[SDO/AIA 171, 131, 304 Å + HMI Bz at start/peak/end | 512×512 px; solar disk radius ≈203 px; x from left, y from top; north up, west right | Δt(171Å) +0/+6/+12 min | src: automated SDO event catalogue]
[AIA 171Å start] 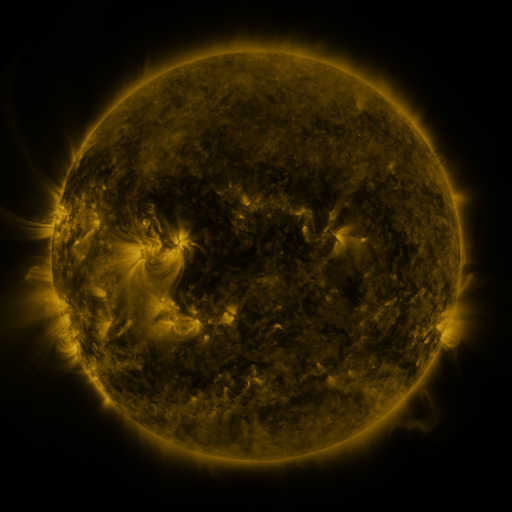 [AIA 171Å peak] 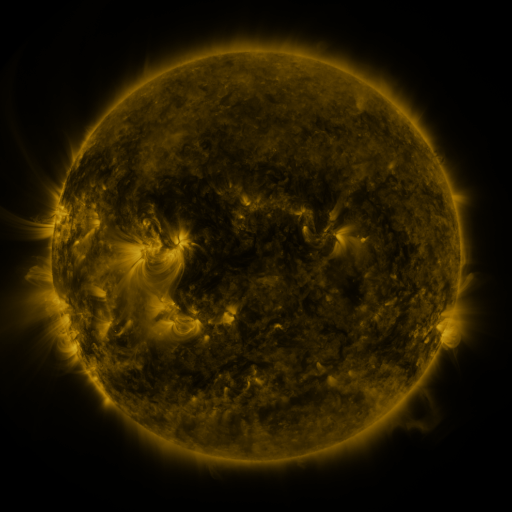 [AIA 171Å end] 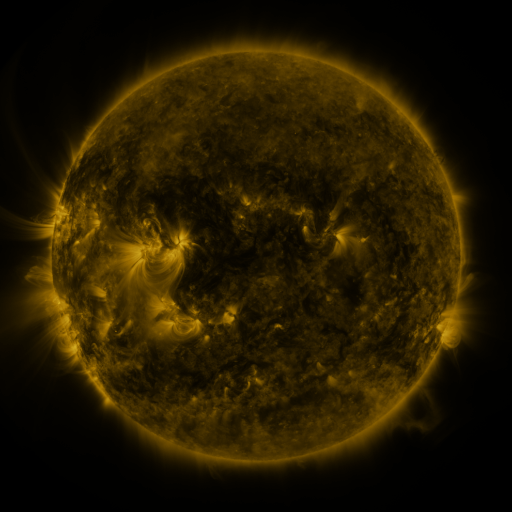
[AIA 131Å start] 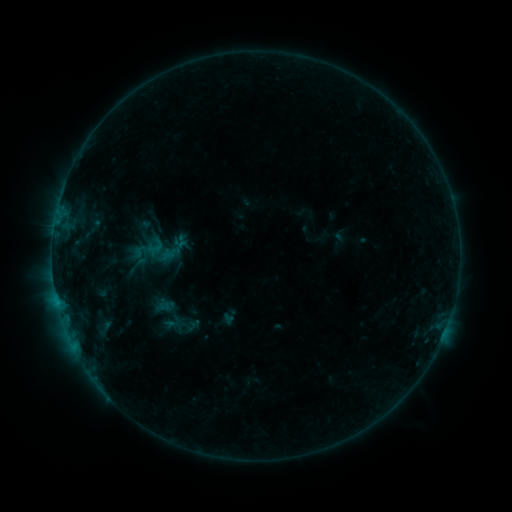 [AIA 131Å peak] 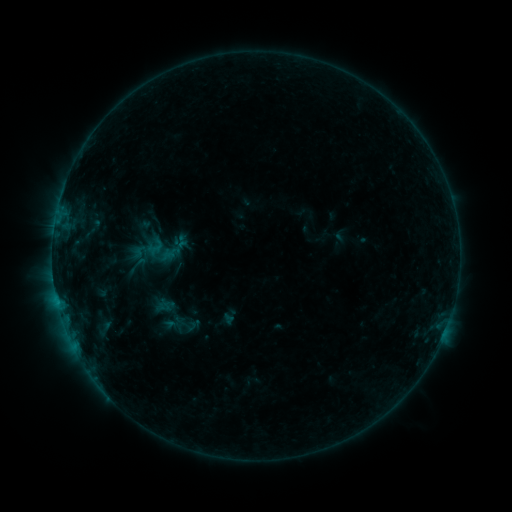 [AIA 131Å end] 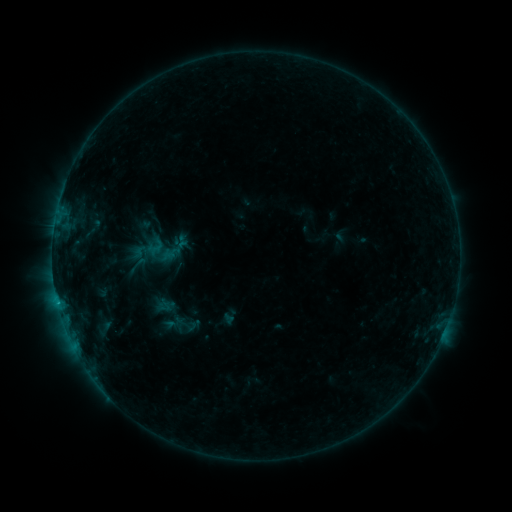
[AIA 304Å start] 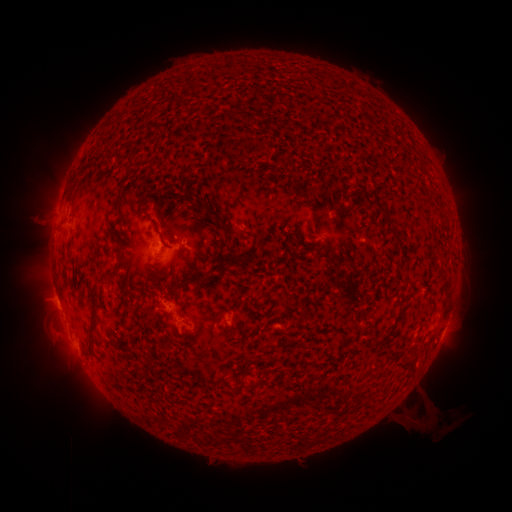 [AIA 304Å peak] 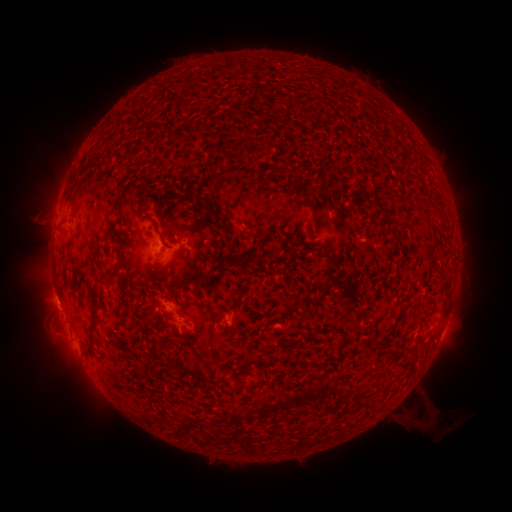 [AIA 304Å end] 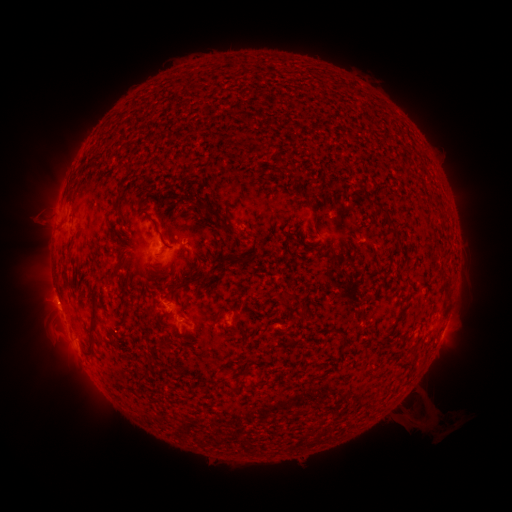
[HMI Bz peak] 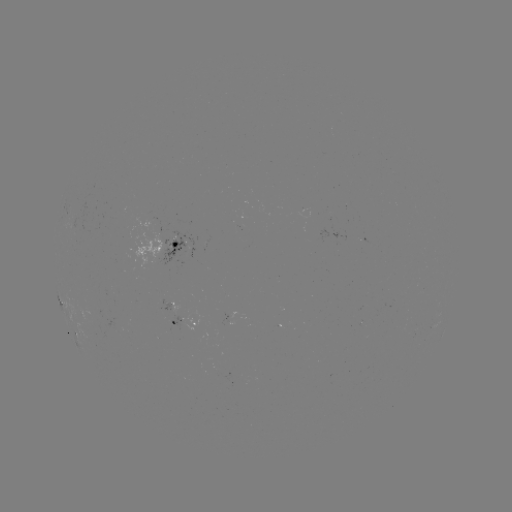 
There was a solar flare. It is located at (60, 307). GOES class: B6.3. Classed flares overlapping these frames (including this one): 1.